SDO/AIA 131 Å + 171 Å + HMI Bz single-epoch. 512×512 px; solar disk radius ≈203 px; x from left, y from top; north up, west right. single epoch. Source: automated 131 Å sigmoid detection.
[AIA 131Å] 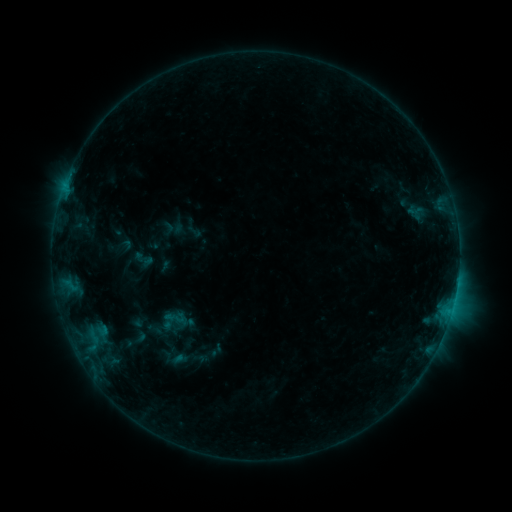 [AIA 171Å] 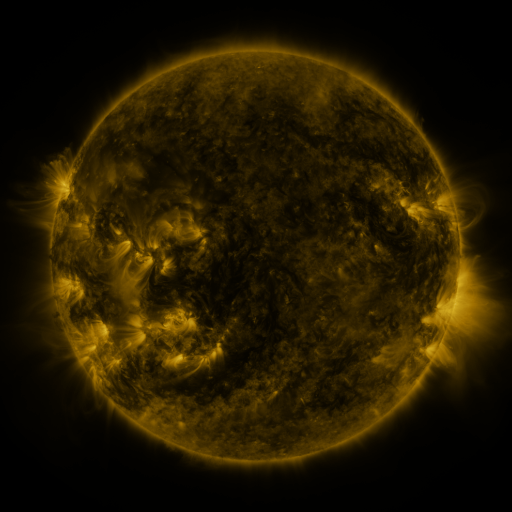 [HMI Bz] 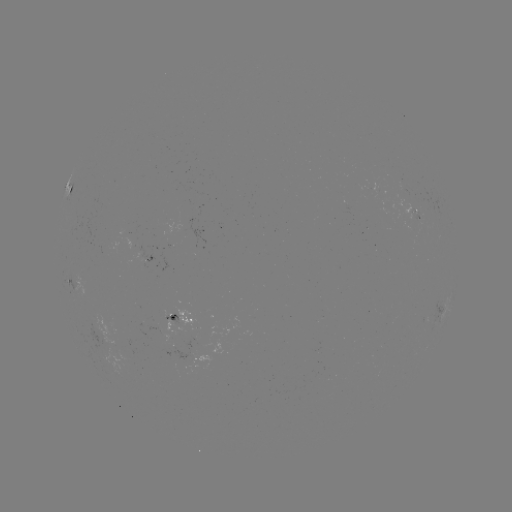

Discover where sigmoid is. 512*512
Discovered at (175, 318).